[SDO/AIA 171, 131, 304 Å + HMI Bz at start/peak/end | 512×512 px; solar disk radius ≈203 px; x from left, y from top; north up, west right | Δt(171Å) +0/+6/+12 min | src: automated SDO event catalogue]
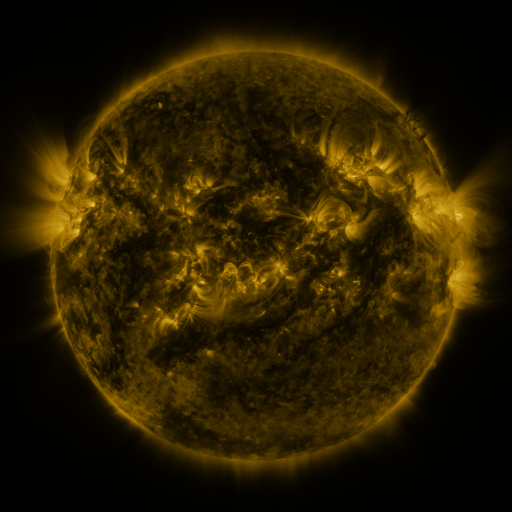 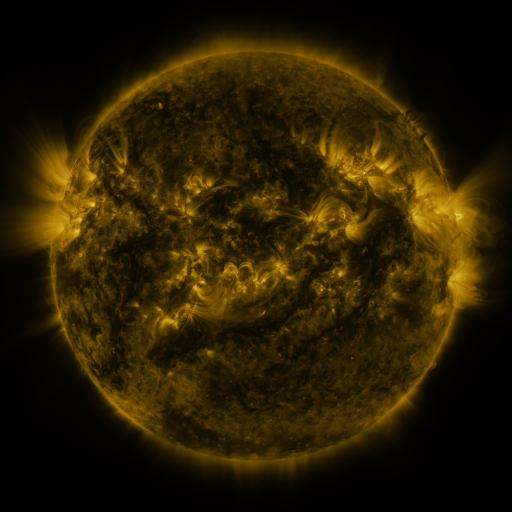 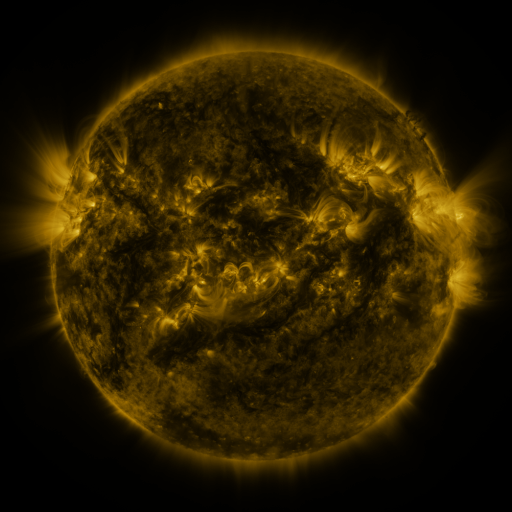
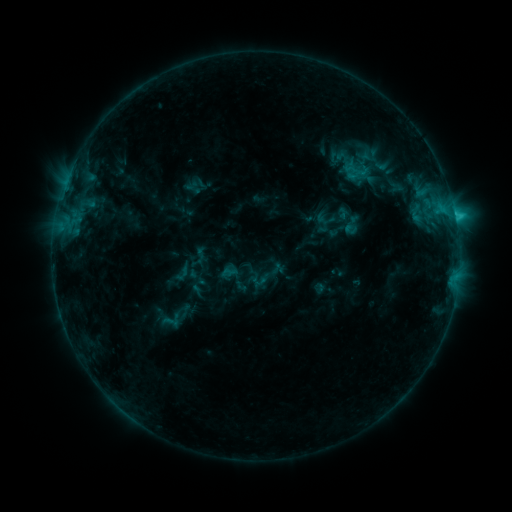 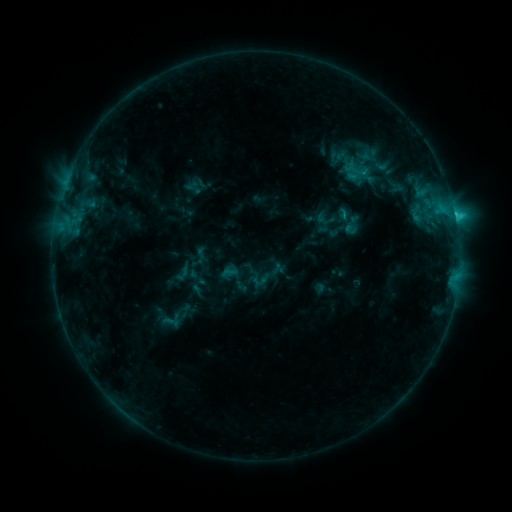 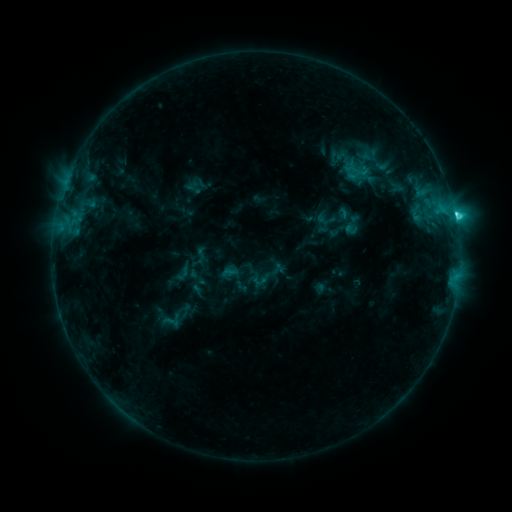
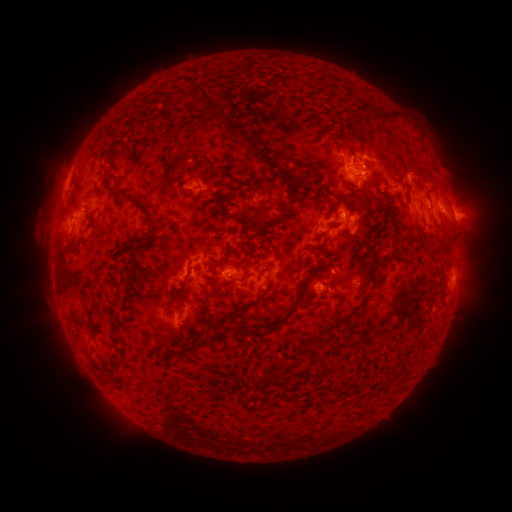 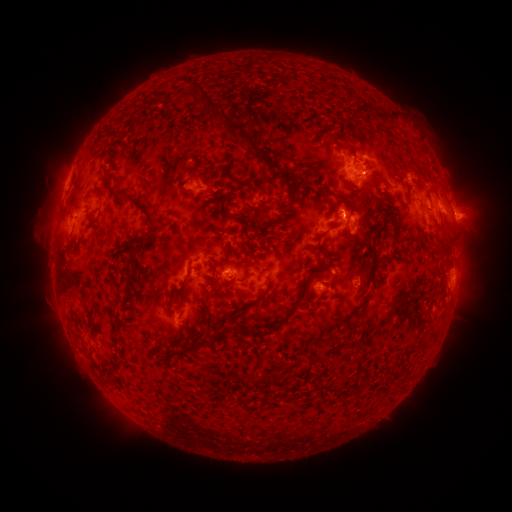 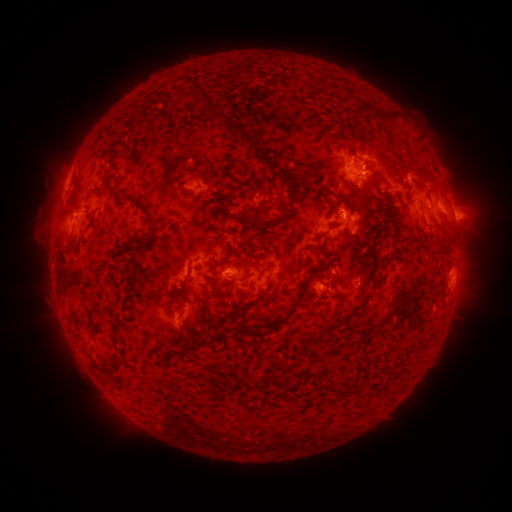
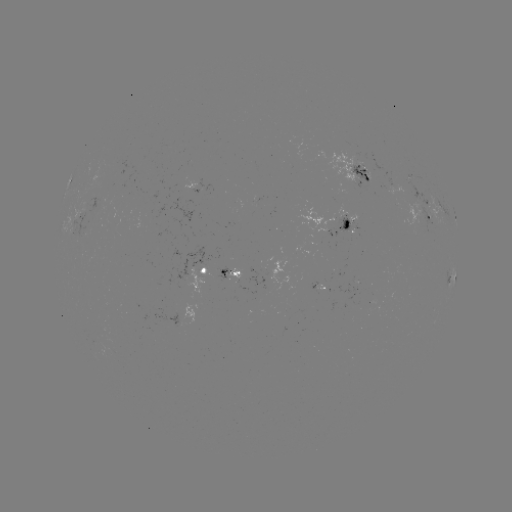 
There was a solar flare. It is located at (341, 218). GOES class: C2.8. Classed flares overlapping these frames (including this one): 1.